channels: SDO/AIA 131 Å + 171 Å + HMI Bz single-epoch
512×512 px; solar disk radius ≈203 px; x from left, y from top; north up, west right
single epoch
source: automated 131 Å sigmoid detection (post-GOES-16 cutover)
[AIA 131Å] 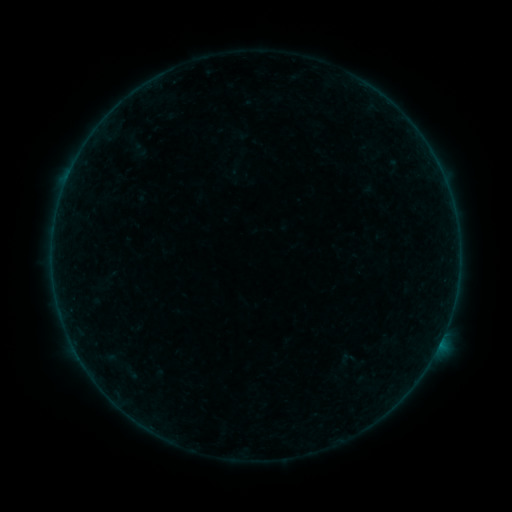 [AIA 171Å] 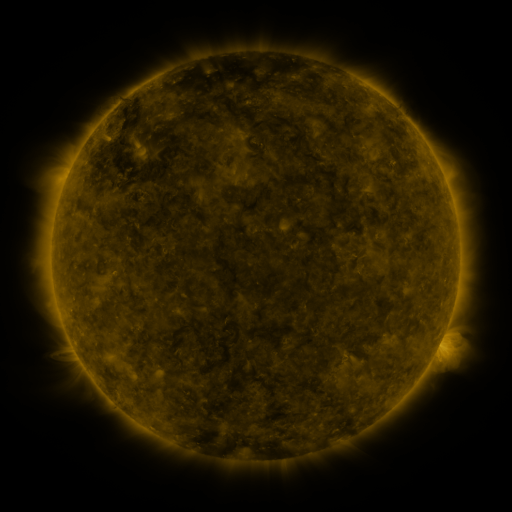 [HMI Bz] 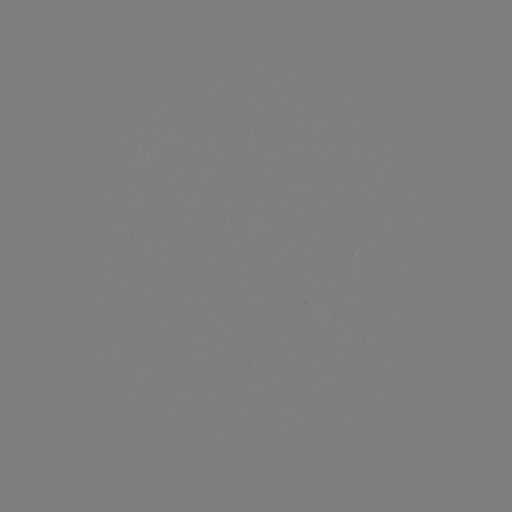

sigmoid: (338, 349, 356, 368)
